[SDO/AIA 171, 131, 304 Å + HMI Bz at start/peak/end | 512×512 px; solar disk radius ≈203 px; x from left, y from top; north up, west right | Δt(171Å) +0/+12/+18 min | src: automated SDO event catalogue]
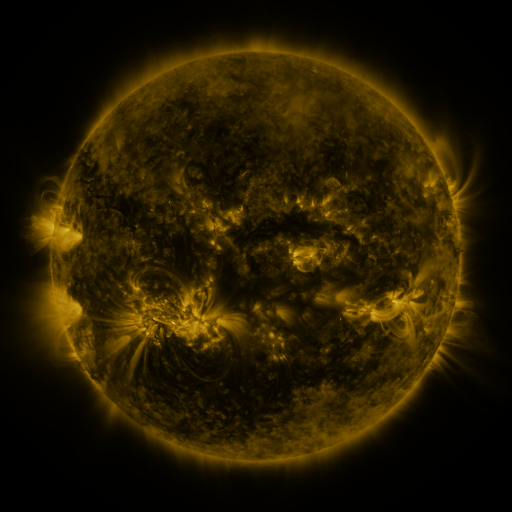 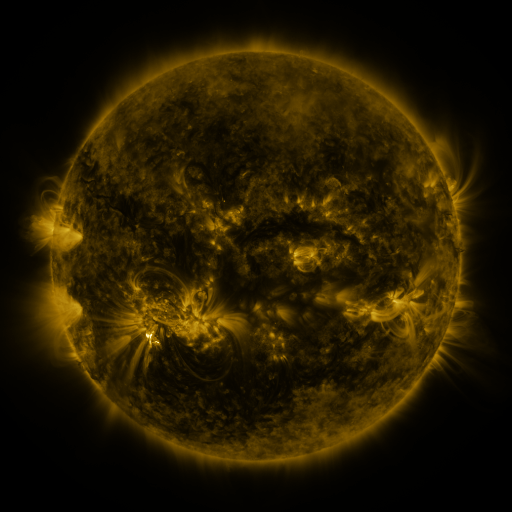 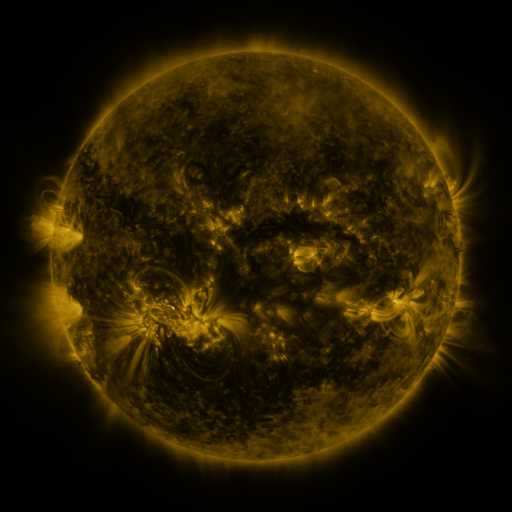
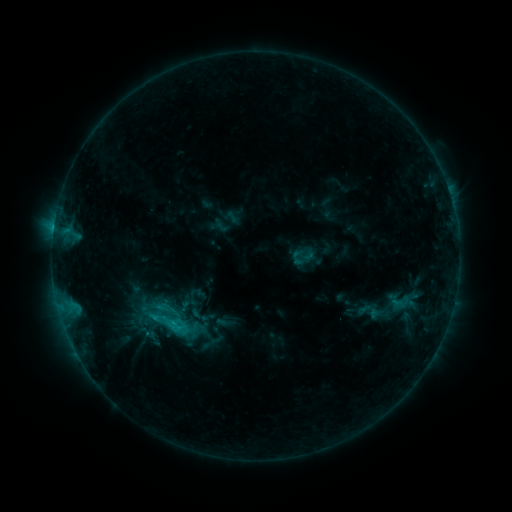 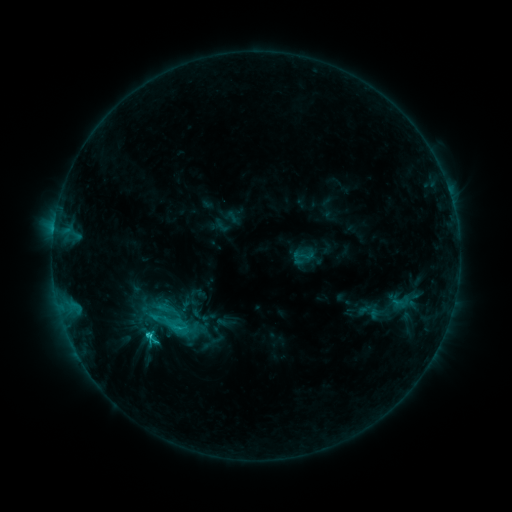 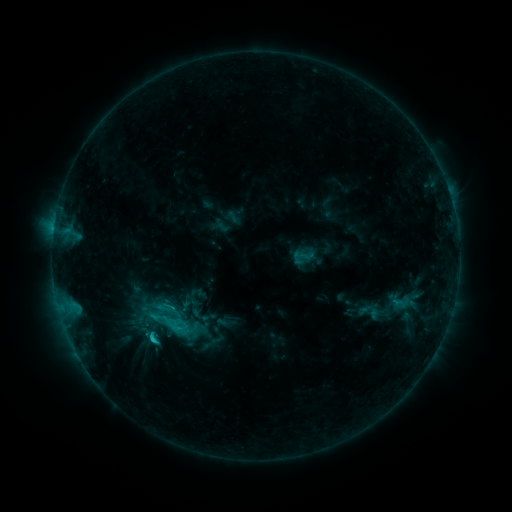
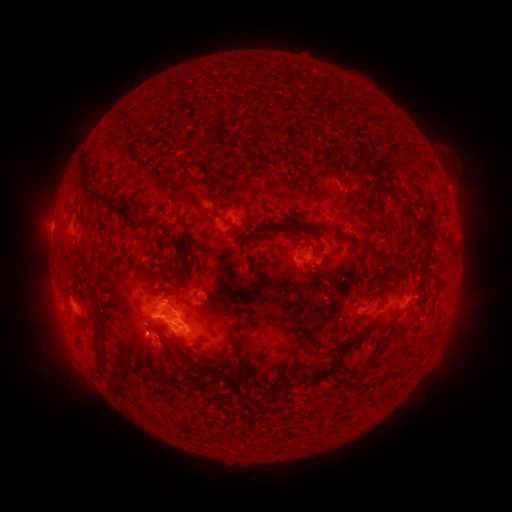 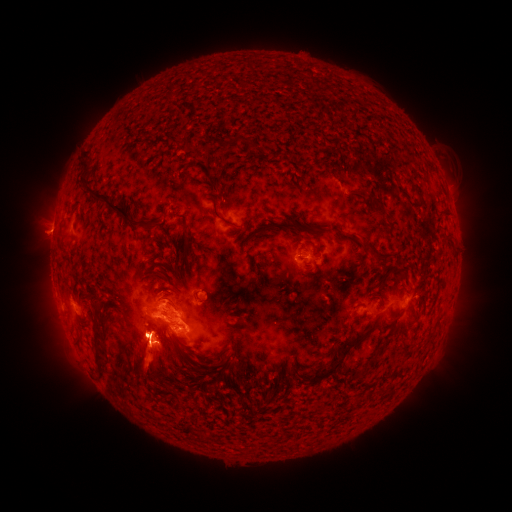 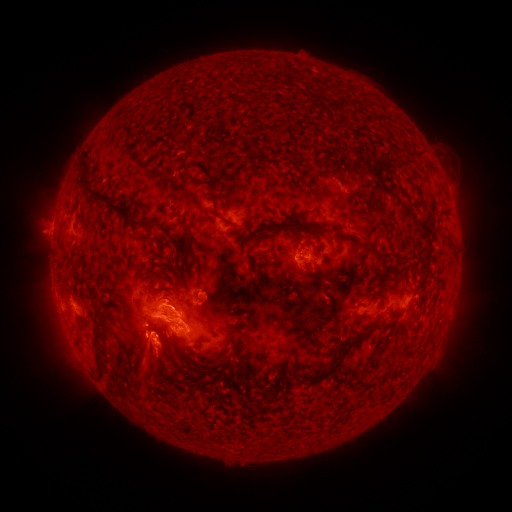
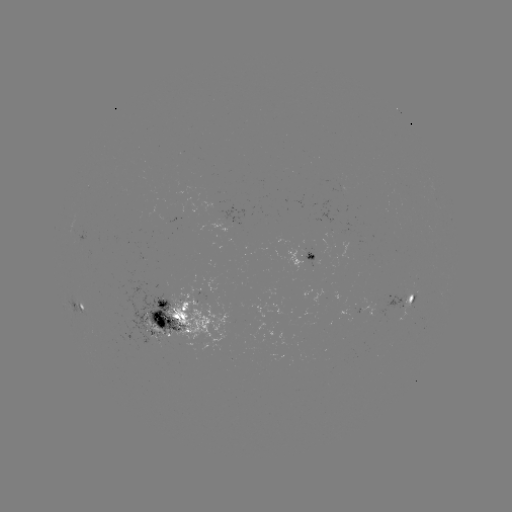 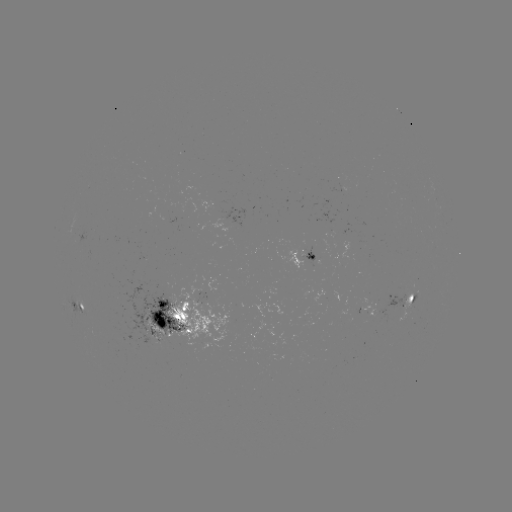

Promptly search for eruption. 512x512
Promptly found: (147, 363).